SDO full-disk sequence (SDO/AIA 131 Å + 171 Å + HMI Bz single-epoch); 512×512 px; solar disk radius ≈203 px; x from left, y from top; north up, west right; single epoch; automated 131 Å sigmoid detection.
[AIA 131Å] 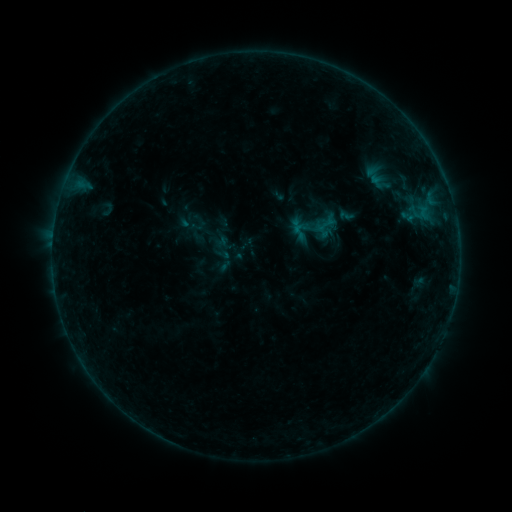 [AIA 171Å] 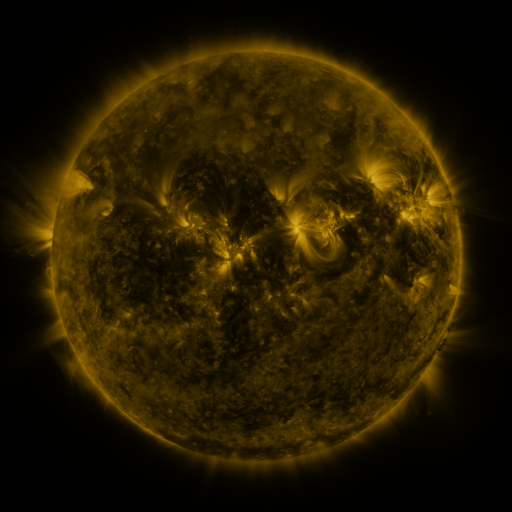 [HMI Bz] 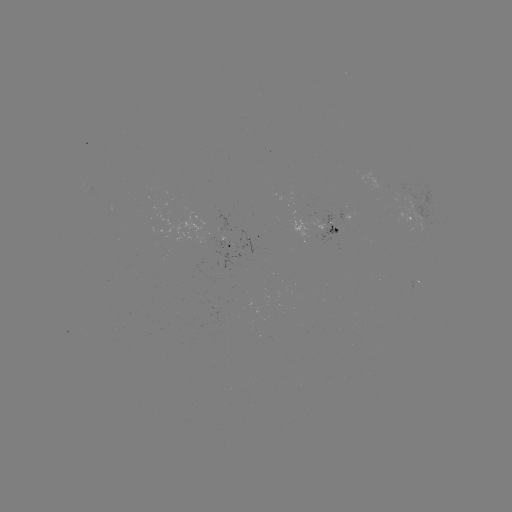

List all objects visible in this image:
sigmoid: (215, 246, 231, 262)
